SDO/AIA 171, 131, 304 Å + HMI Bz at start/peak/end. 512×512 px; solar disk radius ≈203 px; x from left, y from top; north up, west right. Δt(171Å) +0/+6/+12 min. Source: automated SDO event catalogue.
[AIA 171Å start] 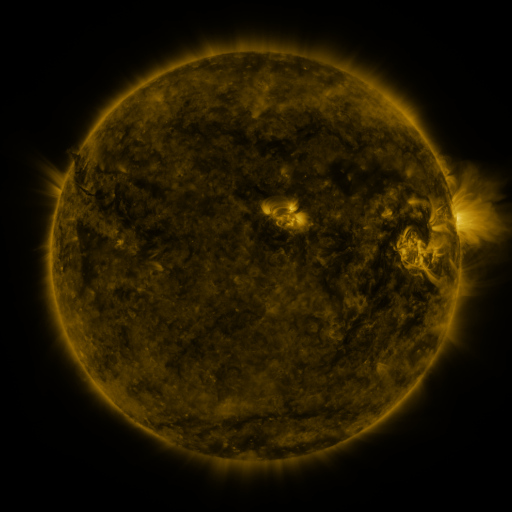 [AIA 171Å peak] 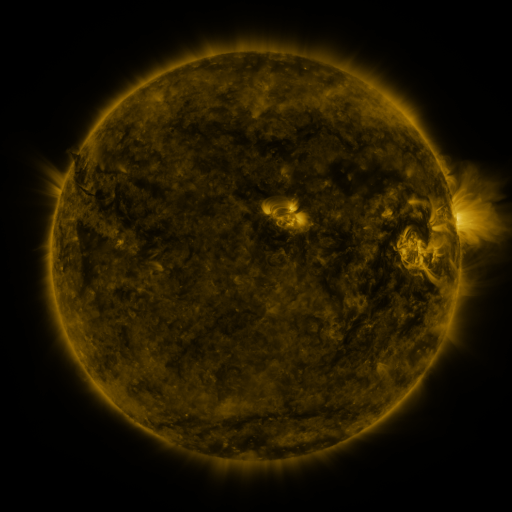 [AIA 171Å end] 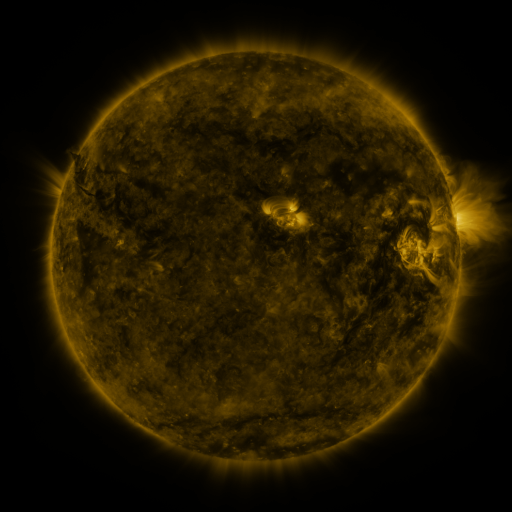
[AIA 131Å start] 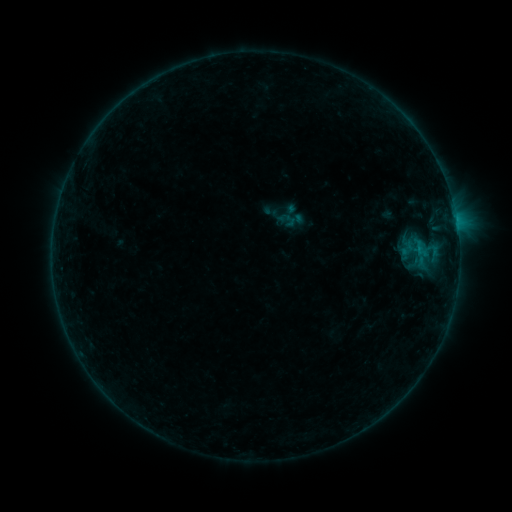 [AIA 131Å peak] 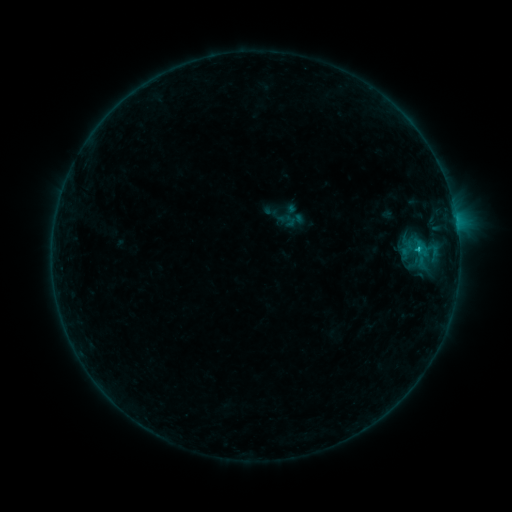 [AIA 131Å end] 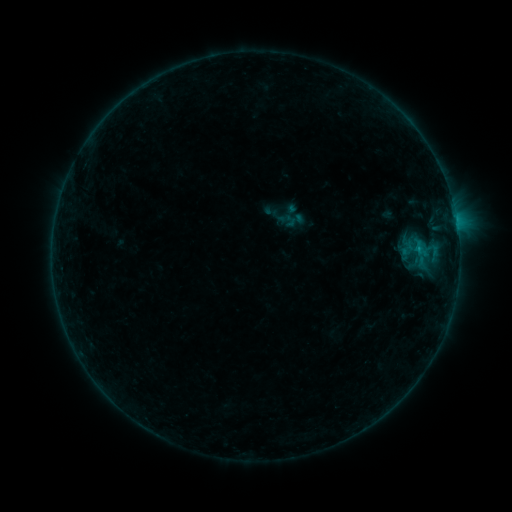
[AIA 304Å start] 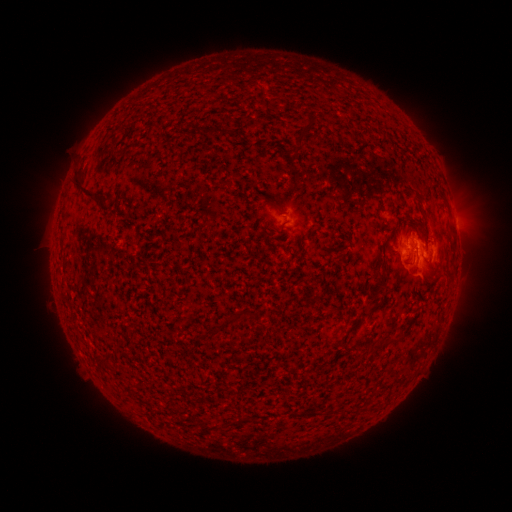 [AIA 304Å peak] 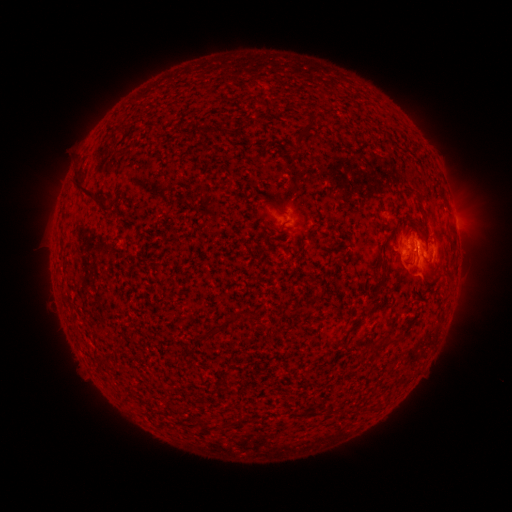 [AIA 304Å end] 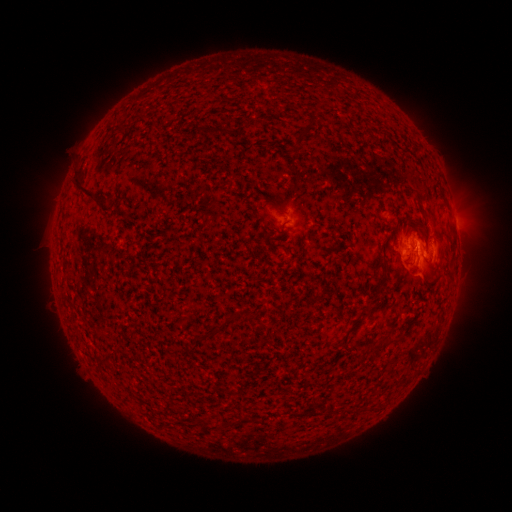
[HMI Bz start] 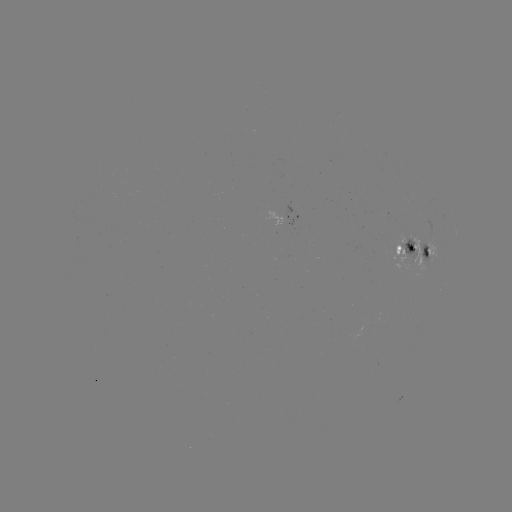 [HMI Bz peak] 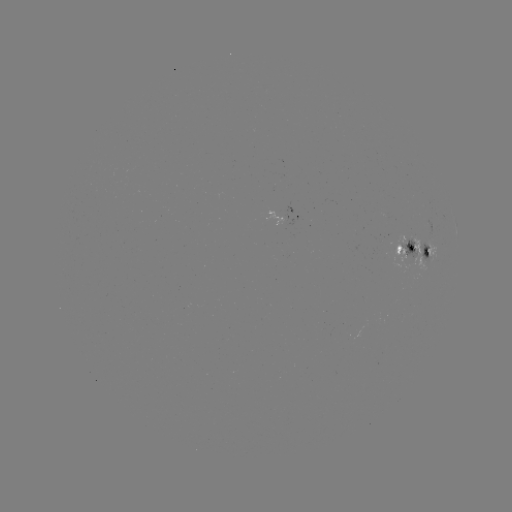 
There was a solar flare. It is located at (416, 252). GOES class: B7.3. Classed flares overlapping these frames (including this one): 1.